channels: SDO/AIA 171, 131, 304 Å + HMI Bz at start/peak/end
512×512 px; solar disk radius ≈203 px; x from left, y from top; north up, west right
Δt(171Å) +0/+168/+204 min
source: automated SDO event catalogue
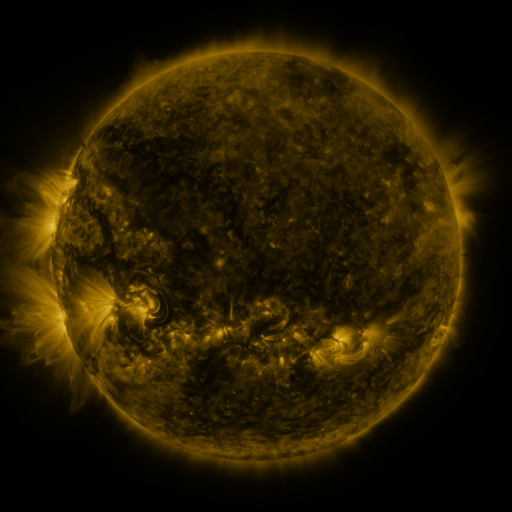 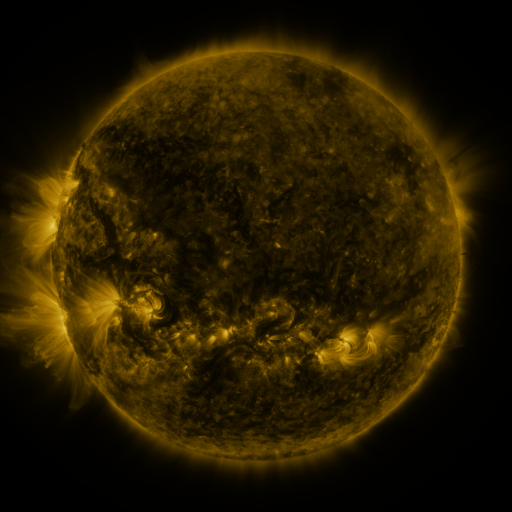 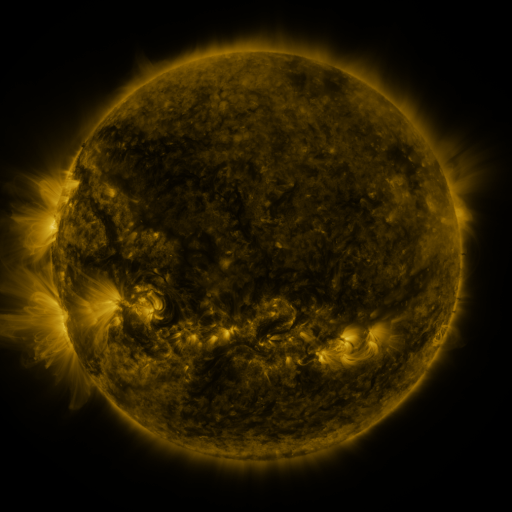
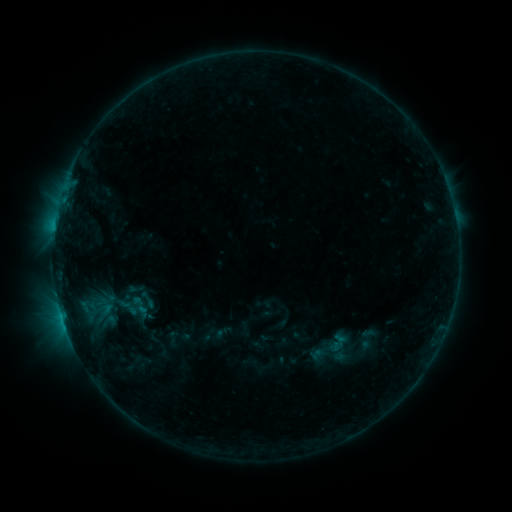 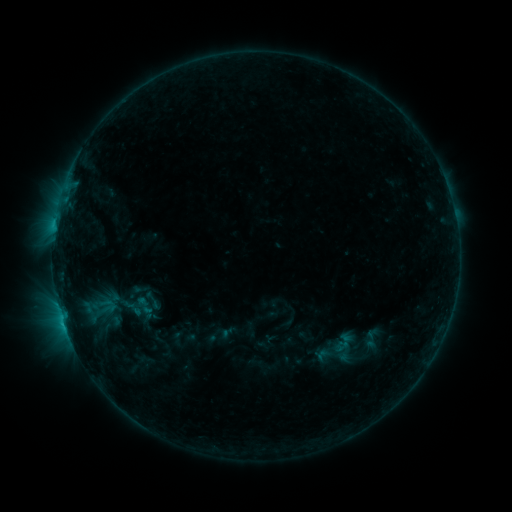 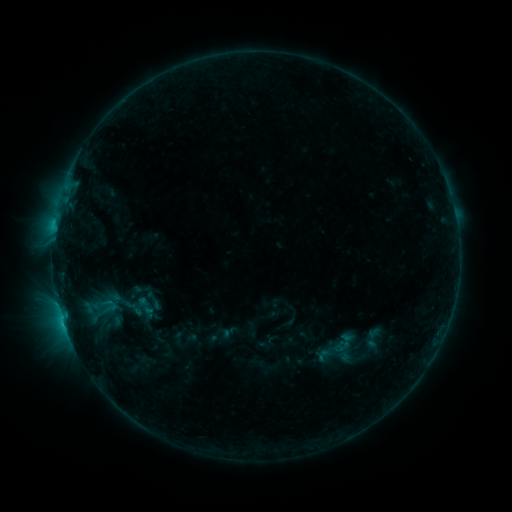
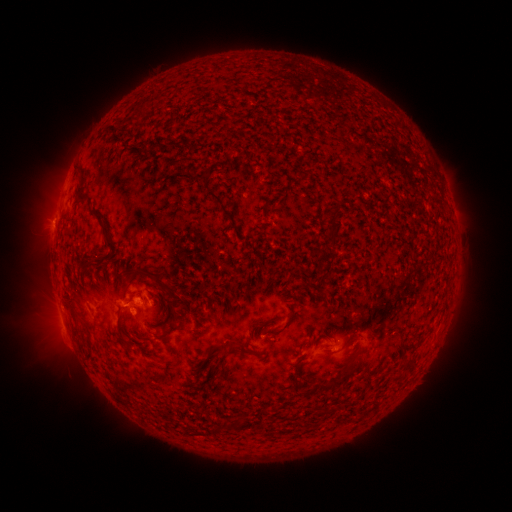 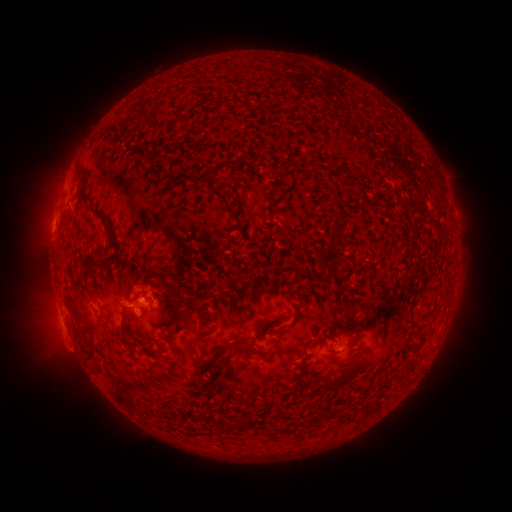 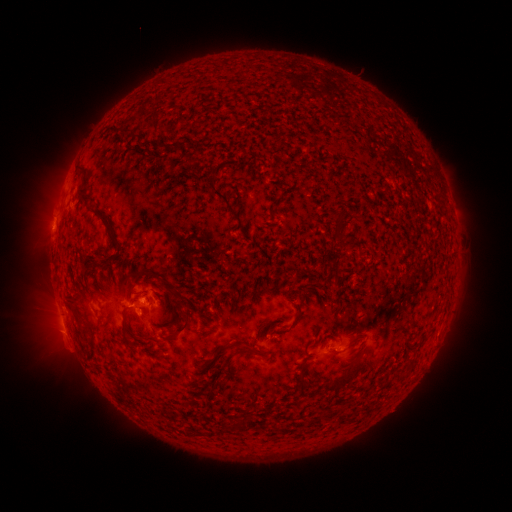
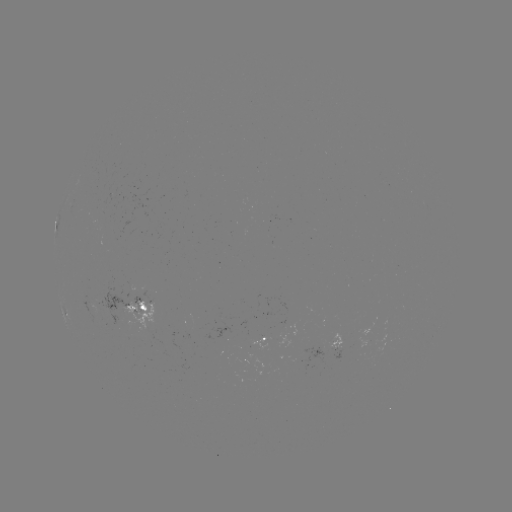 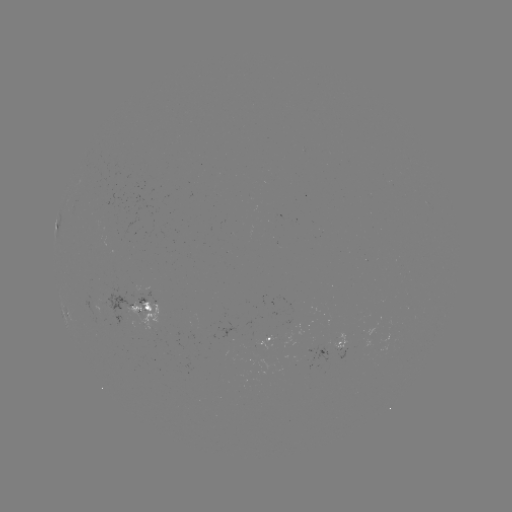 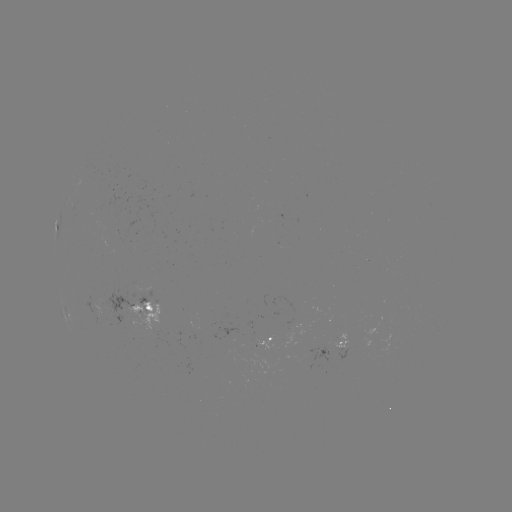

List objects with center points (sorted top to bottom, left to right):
emerging-flux region: (166, 354)
